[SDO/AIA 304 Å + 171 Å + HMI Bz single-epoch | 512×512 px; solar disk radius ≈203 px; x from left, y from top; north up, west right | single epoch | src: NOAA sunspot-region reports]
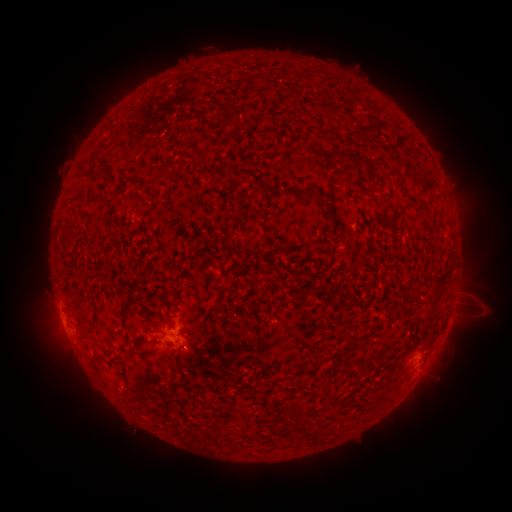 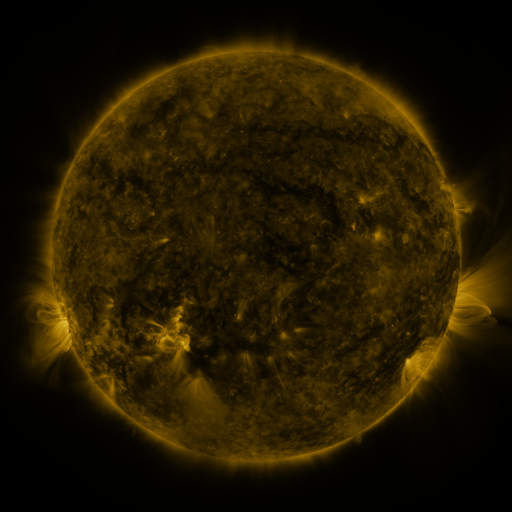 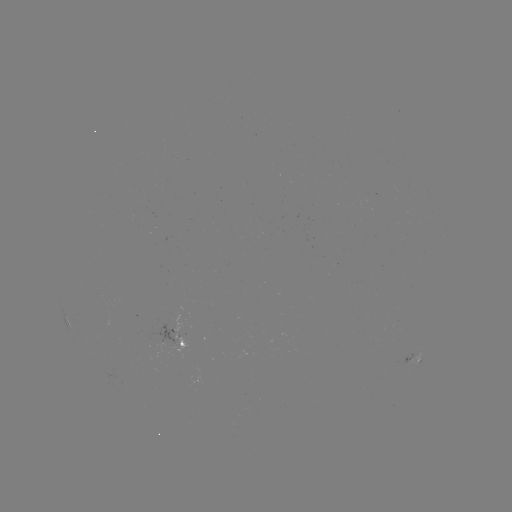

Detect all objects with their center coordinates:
spotted active region: (176, 330)
spotted active region: (181, 343)
spotted active region: (413, 358)
